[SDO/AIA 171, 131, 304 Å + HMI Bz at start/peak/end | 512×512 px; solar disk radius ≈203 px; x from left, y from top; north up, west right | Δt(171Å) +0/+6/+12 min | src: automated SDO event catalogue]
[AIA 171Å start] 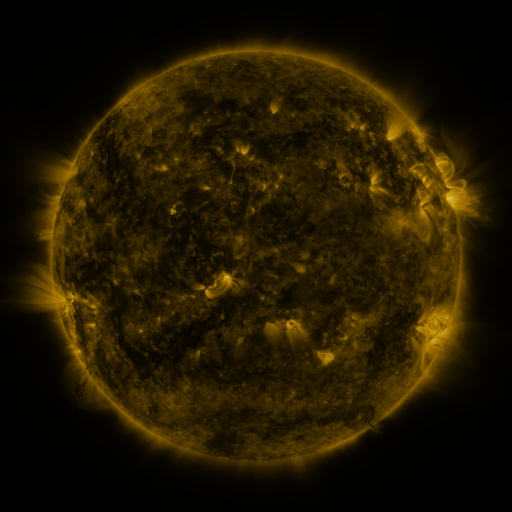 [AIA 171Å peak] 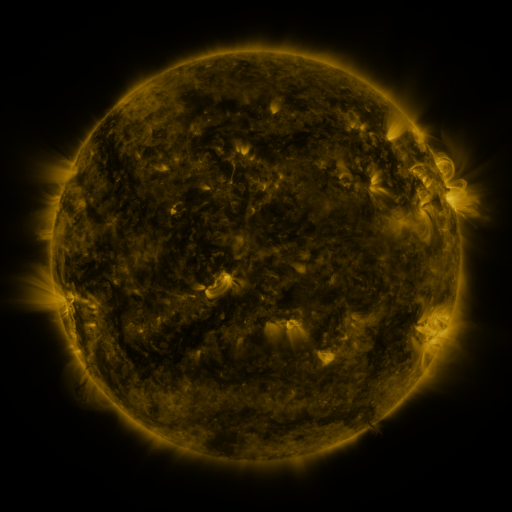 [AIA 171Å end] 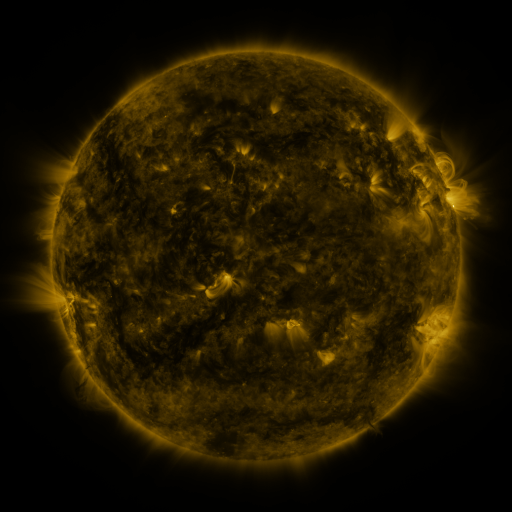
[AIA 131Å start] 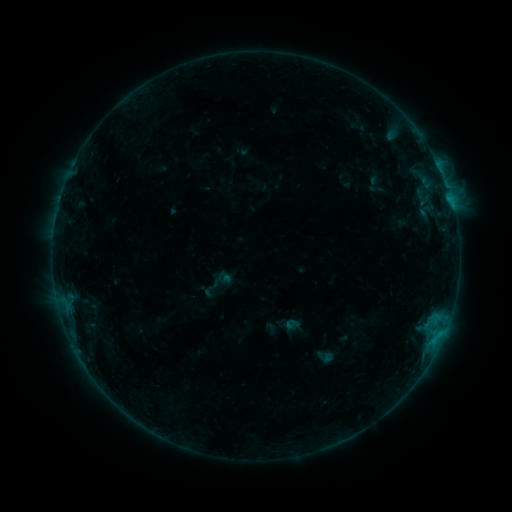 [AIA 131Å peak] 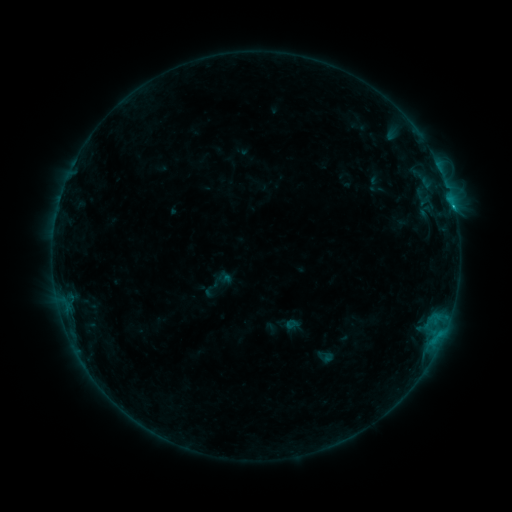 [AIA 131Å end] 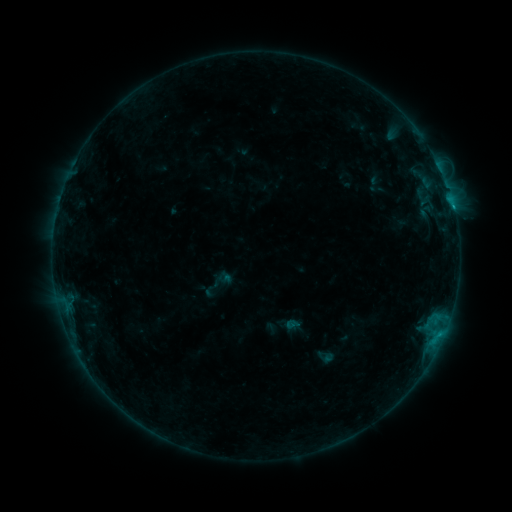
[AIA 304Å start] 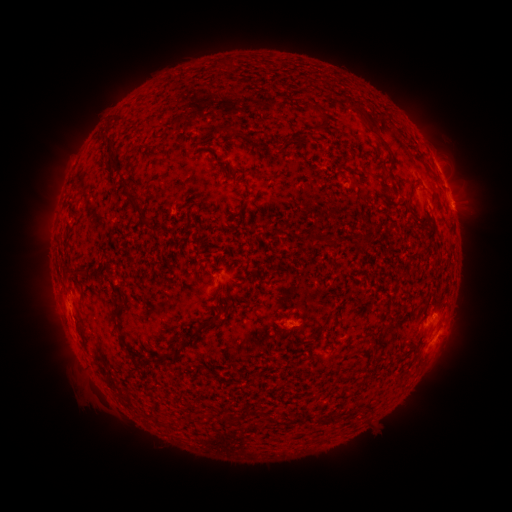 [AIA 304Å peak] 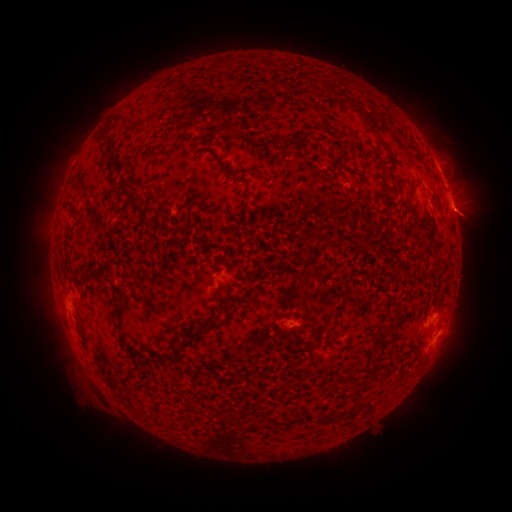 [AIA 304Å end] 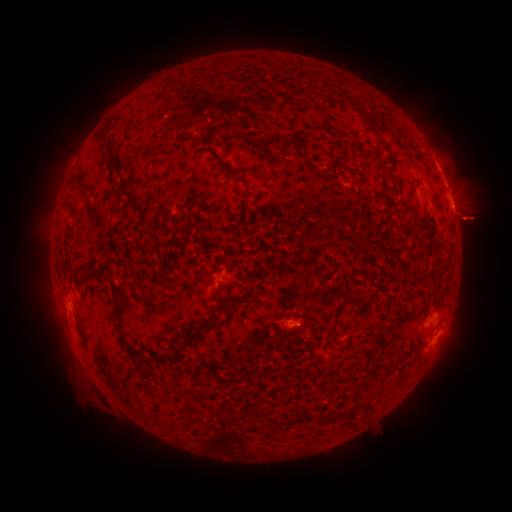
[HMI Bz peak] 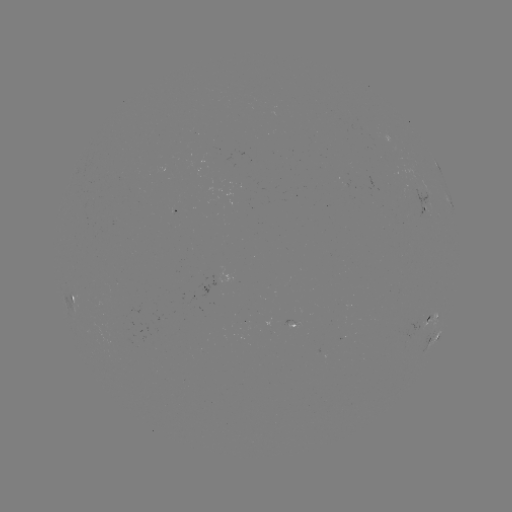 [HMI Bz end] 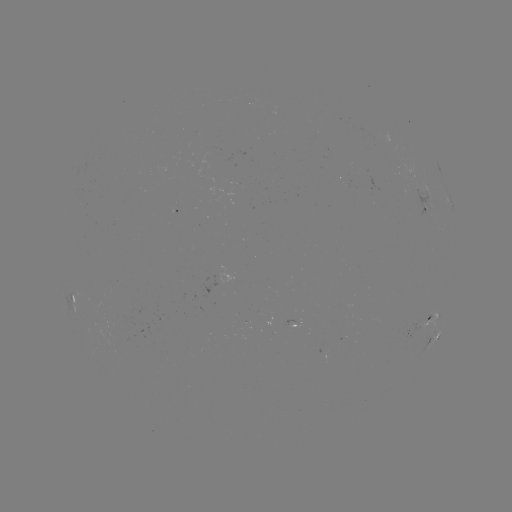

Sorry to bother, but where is B5.1 flare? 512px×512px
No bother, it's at [453, 209].